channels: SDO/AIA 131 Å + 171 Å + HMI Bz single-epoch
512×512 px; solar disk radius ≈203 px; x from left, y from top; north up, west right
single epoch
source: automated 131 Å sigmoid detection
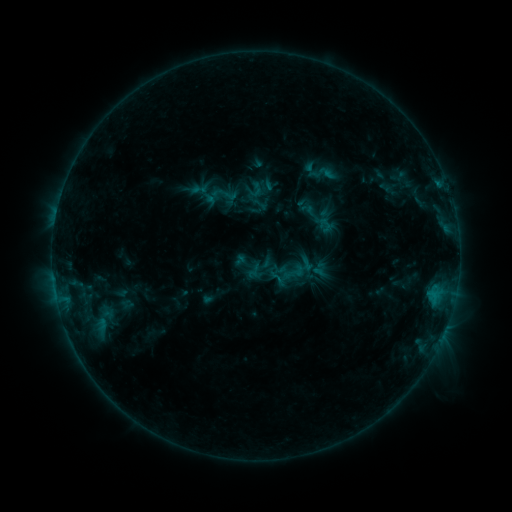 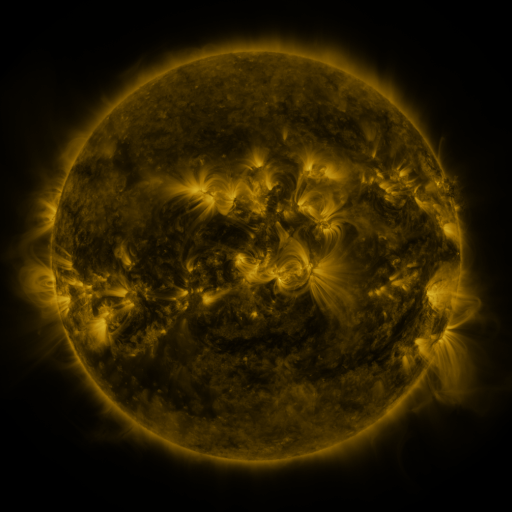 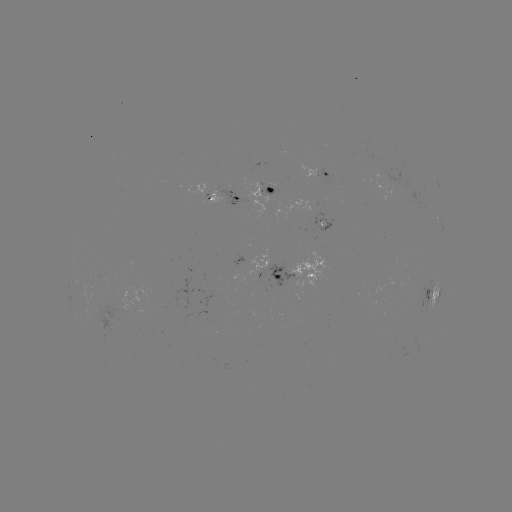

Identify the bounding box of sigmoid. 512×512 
[211, 184, 228, 202].